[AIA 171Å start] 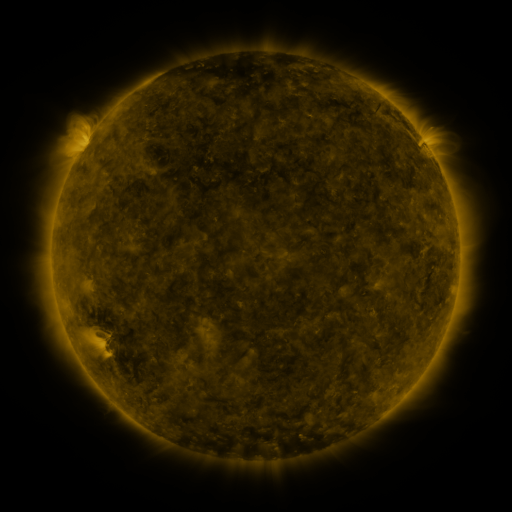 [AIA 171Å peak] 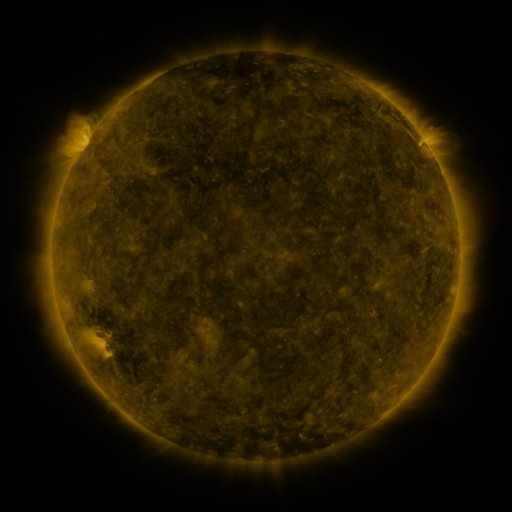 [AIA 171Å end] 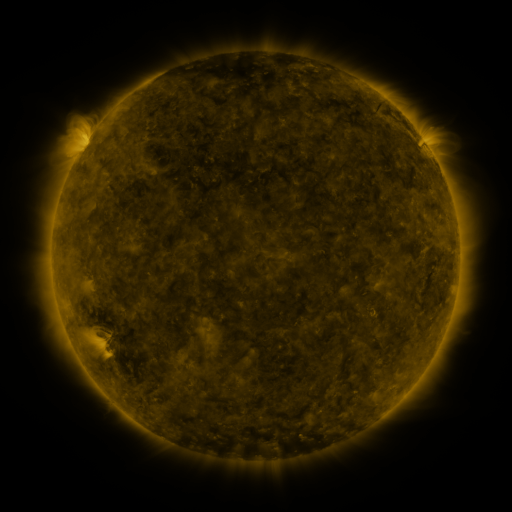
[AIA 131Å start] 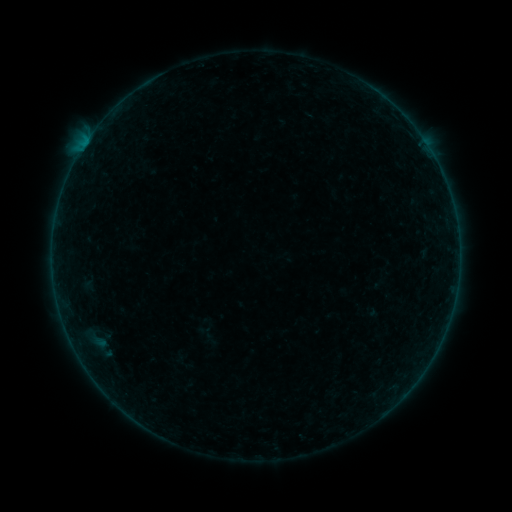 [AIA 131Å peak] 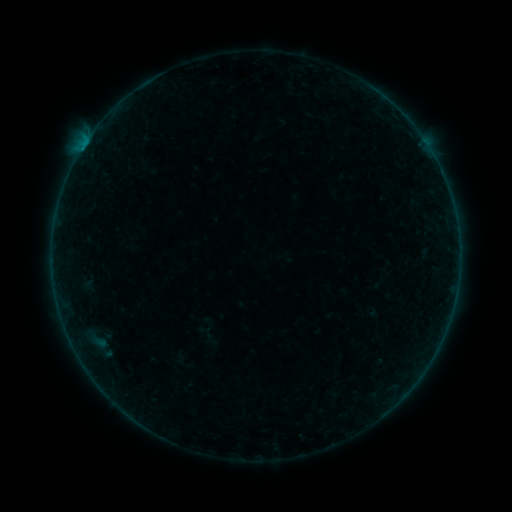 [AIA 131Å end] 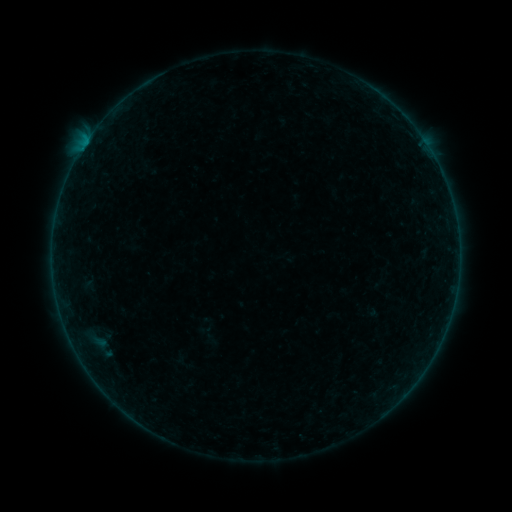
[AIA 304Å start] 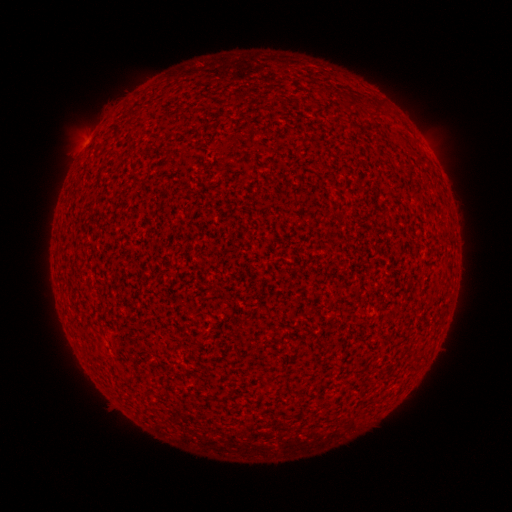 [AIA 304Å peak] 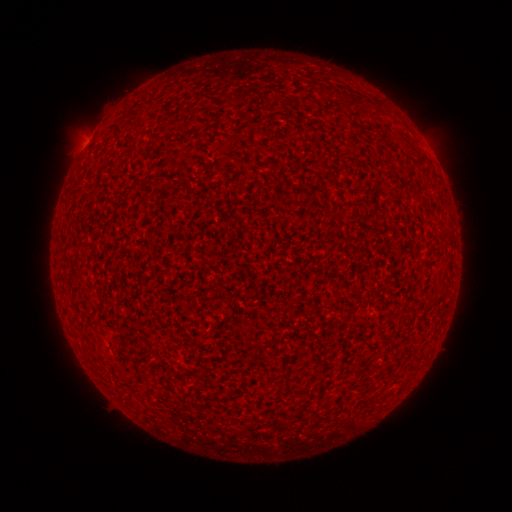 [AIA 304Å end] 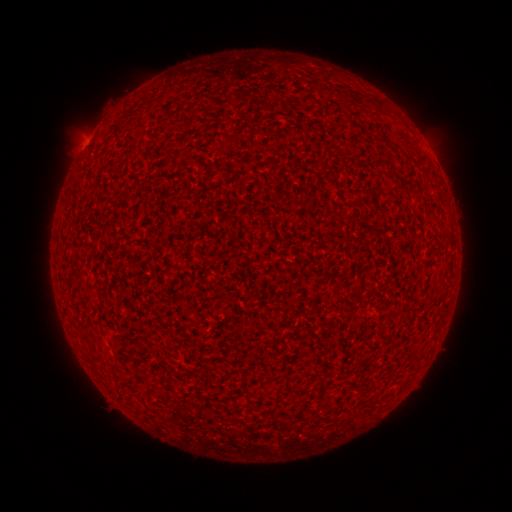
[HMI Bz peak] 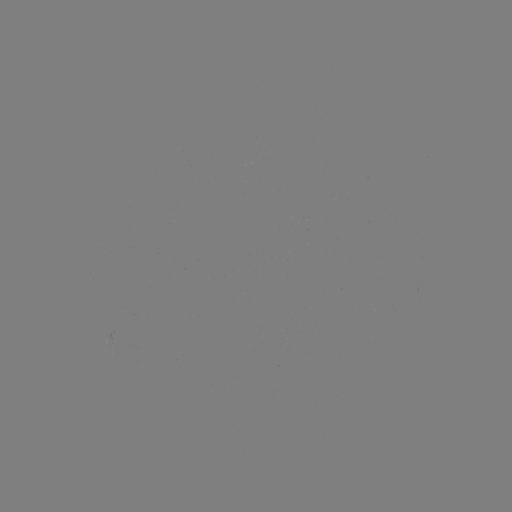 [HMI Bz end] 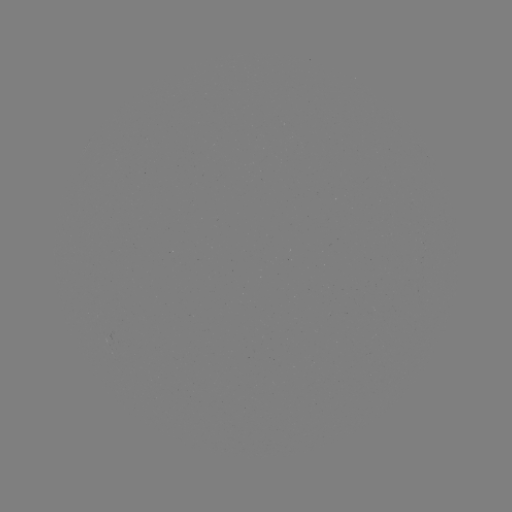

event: flare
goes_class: A8.7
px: (81, 151)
